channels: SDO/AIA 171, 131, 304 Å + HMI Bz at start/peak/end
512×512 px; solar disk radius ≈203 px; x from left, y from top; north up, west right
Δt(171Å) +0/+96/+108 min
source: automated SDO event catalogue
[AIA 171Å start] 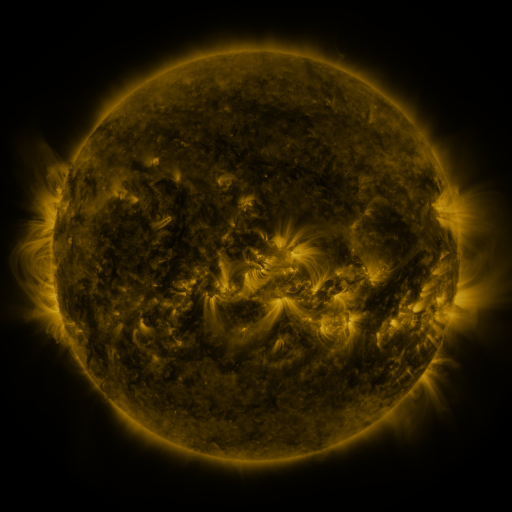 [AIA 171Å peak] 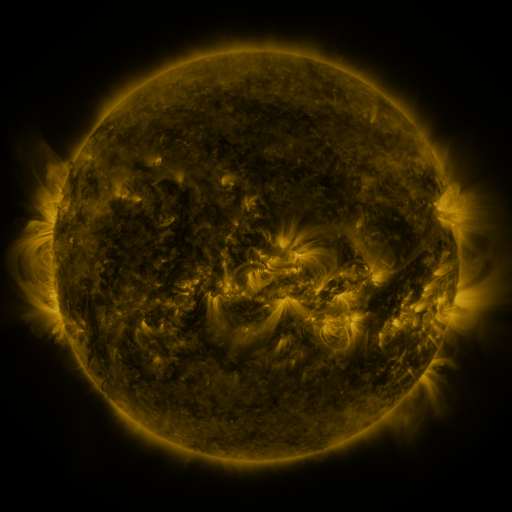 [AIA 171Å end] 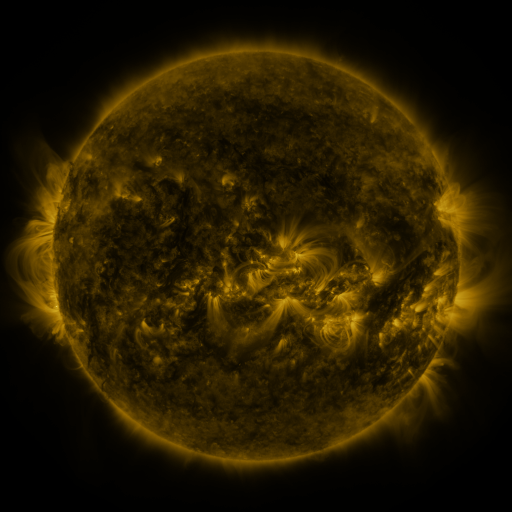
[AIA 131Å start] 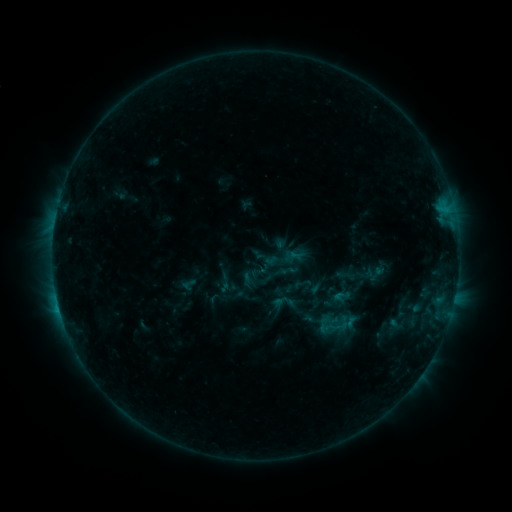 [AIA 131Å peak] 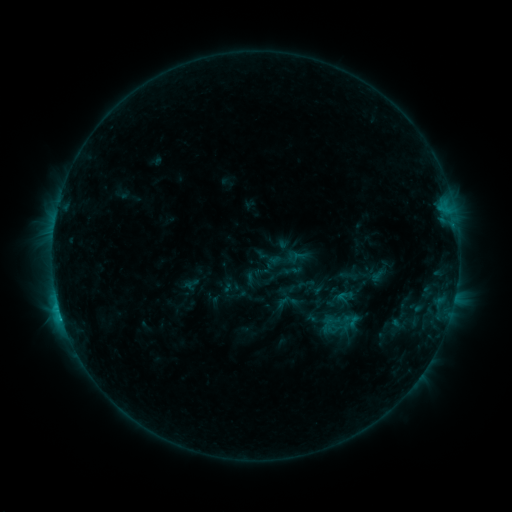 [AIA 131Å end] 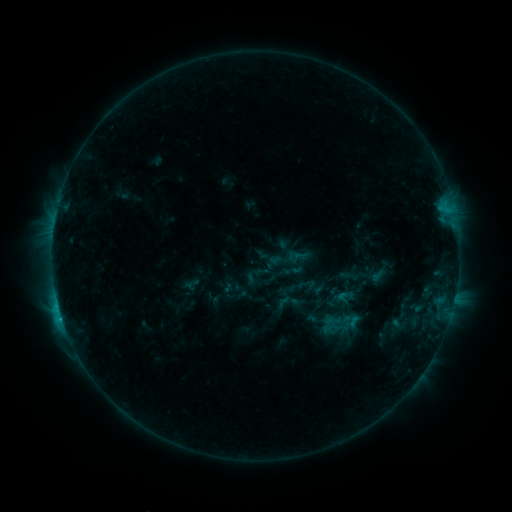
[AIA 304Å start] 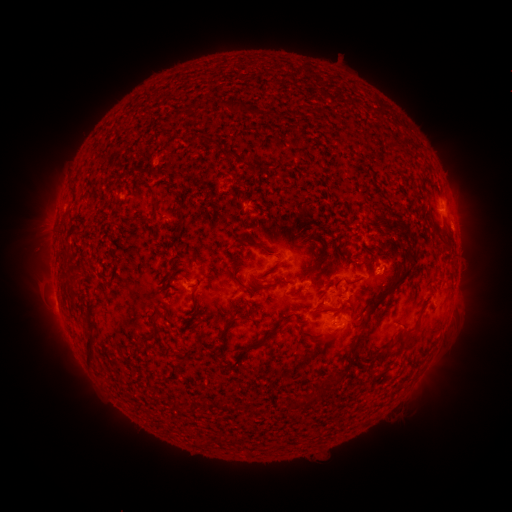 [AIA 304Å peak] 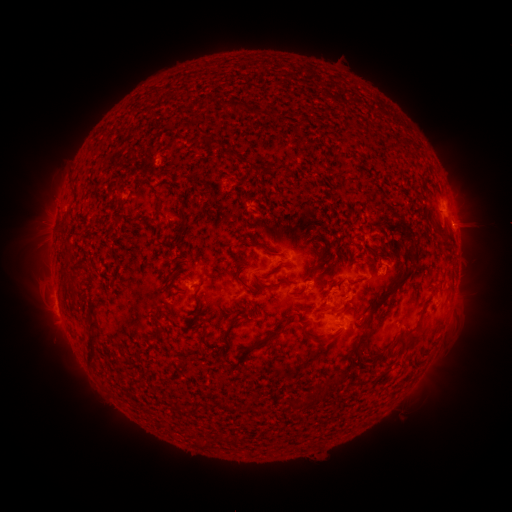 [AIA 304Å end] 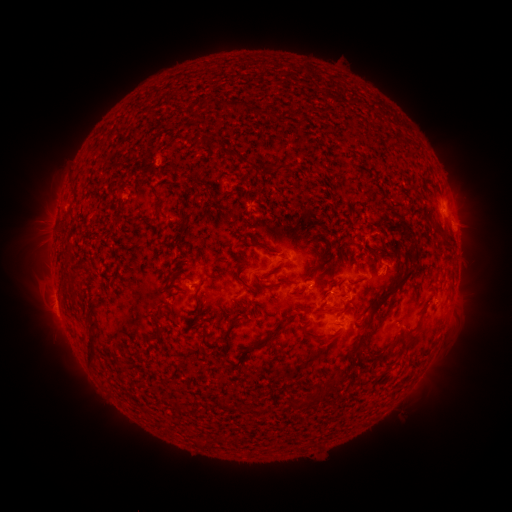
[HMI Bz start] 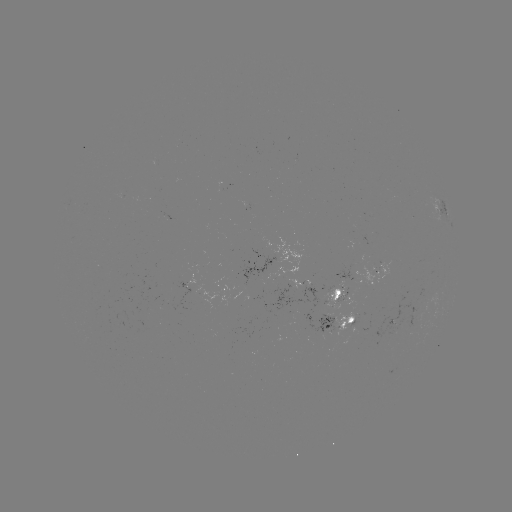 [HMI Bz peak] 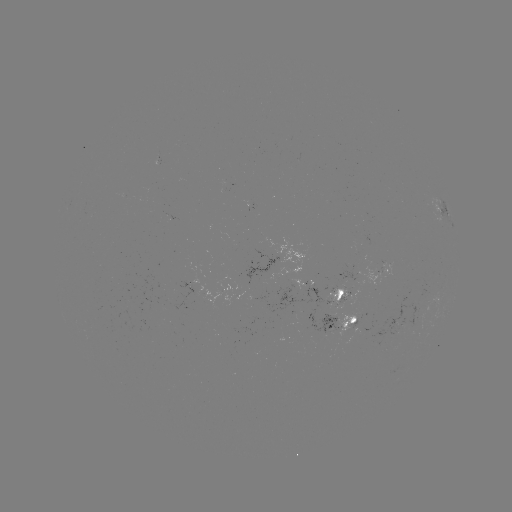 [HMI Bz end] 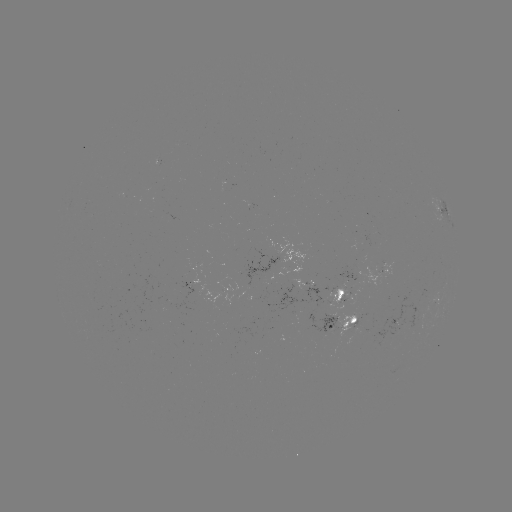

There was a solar emerging-flux region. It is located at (344, 292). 